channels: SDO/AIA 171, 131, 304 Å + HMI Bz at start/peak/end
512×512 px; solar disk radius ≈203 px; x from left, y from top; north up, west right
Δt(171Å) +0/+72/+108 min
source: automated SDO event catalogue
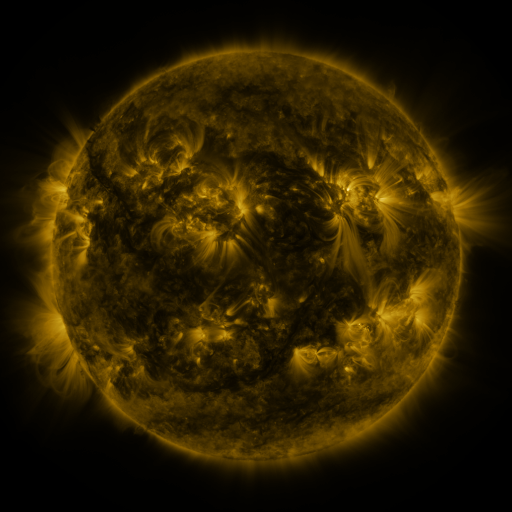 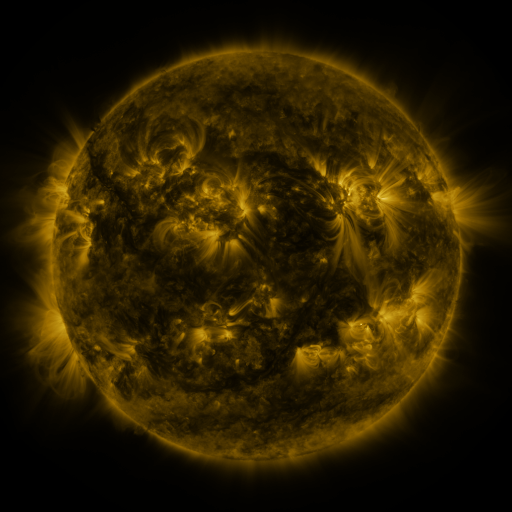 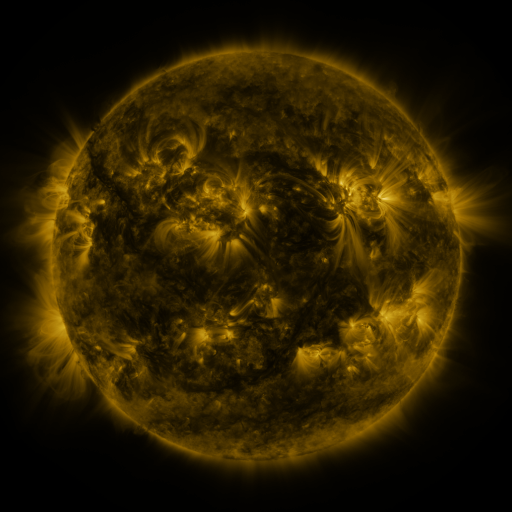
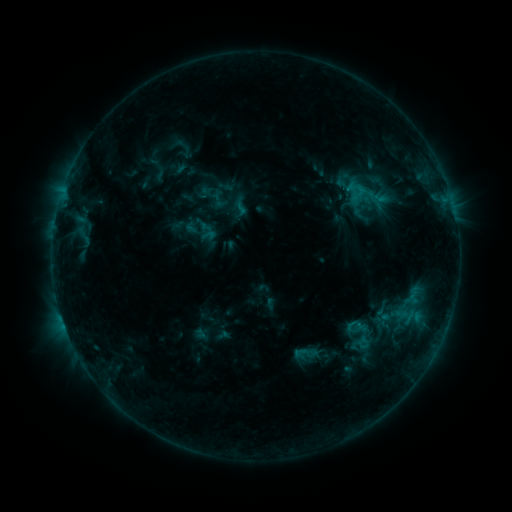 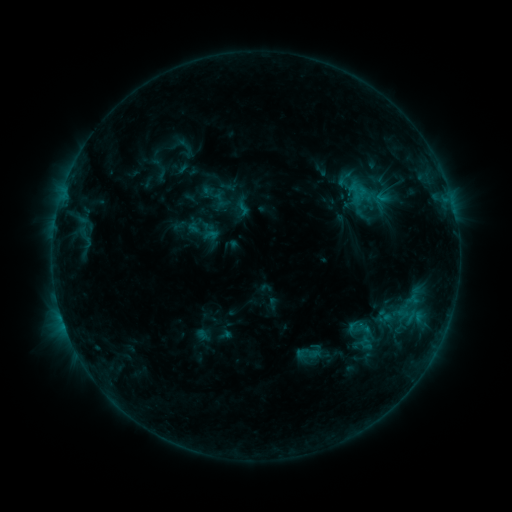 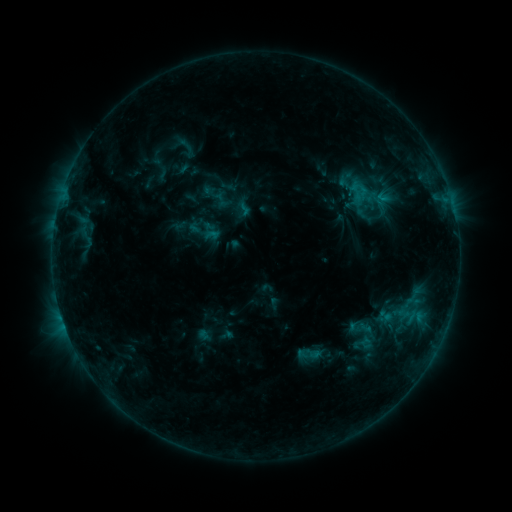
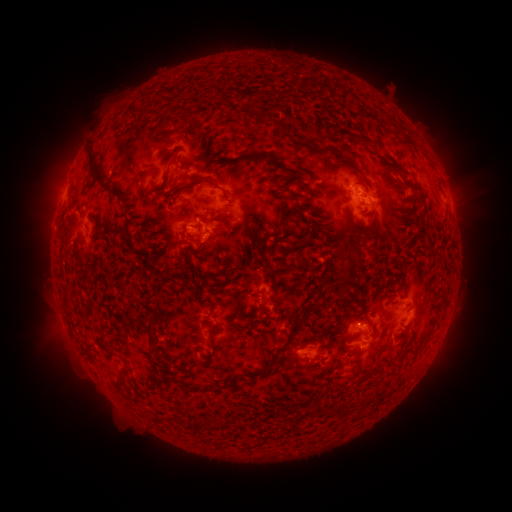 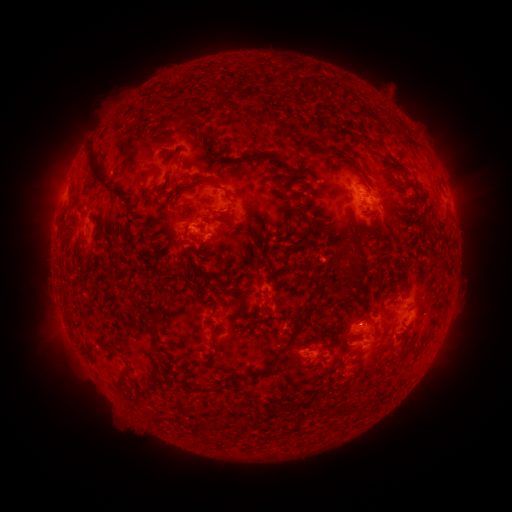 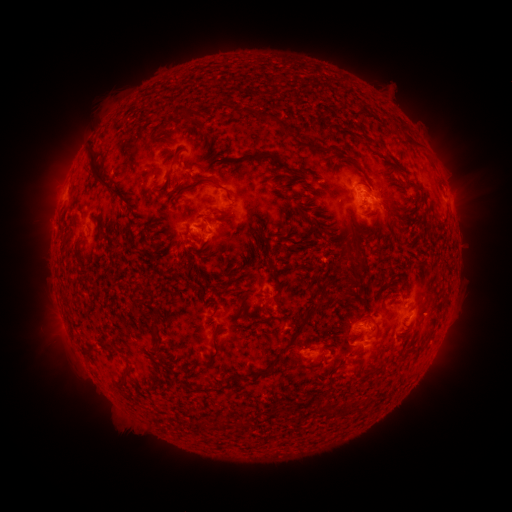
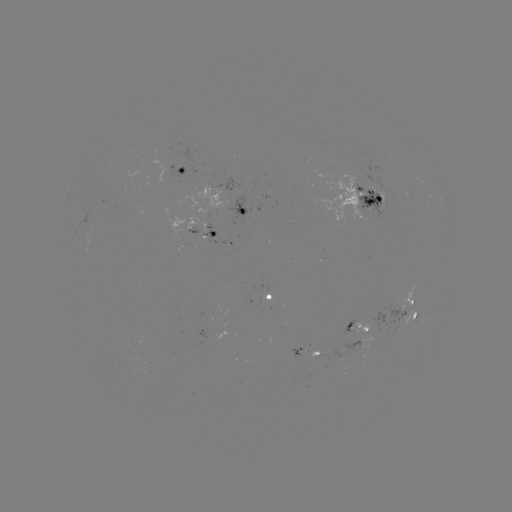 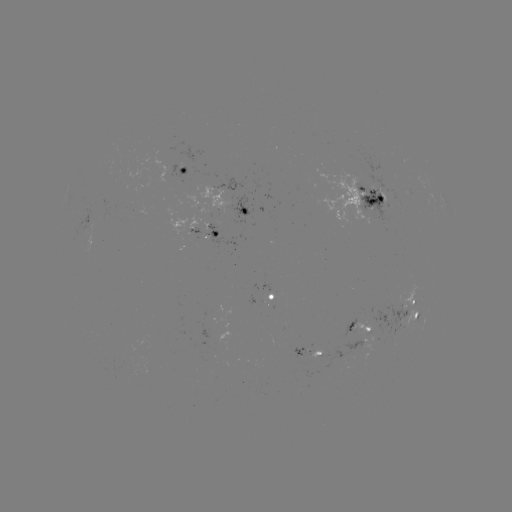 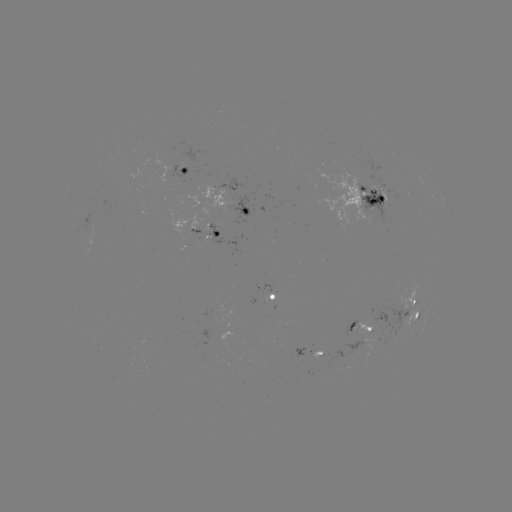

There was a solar emerging-flux region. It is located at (385, 193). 